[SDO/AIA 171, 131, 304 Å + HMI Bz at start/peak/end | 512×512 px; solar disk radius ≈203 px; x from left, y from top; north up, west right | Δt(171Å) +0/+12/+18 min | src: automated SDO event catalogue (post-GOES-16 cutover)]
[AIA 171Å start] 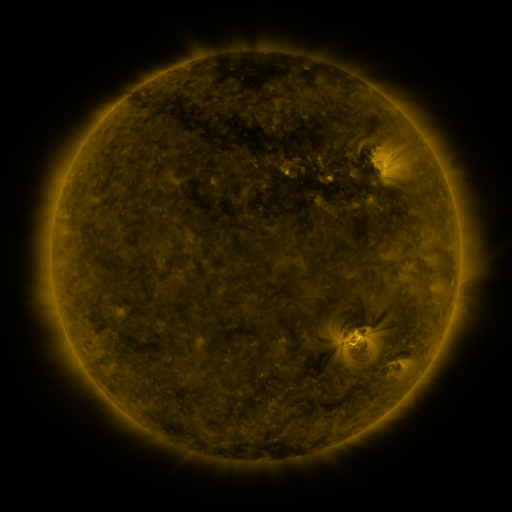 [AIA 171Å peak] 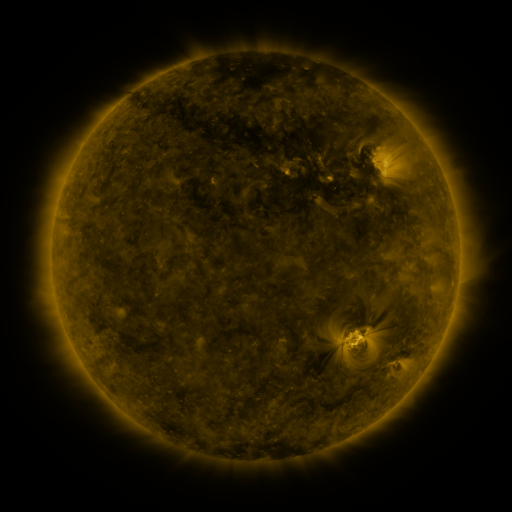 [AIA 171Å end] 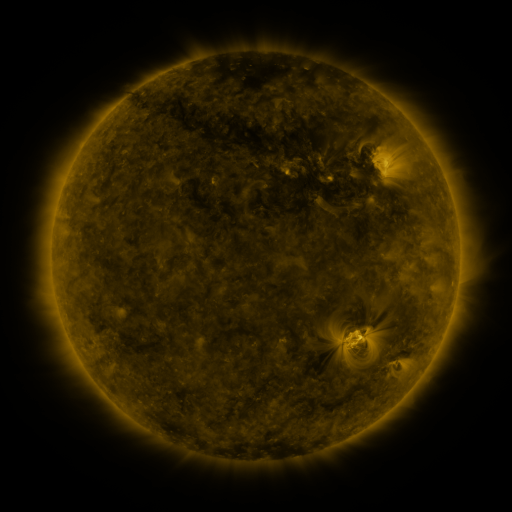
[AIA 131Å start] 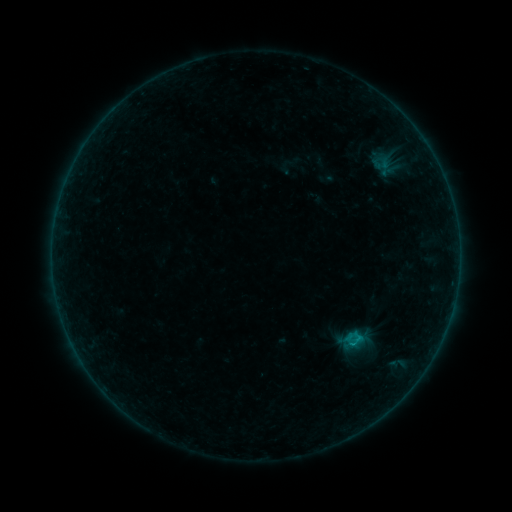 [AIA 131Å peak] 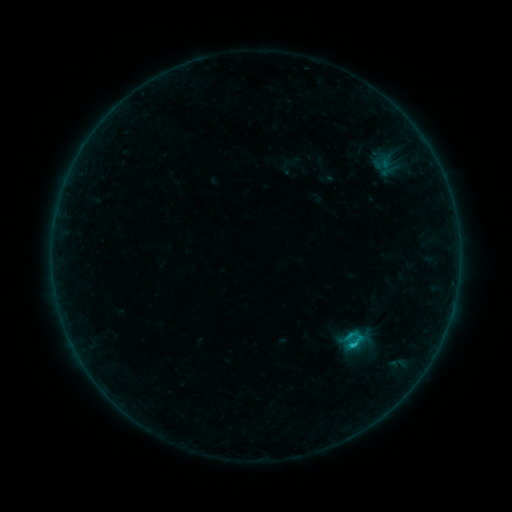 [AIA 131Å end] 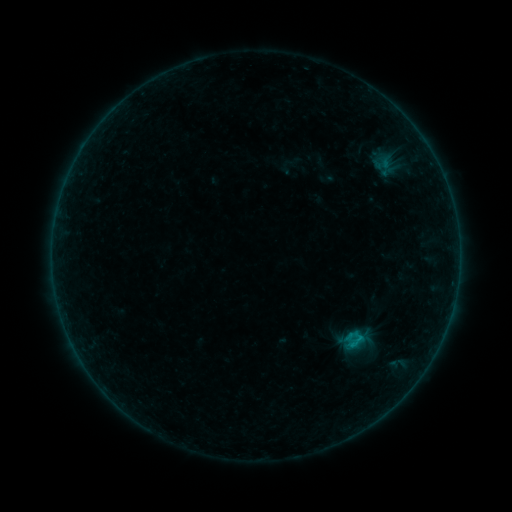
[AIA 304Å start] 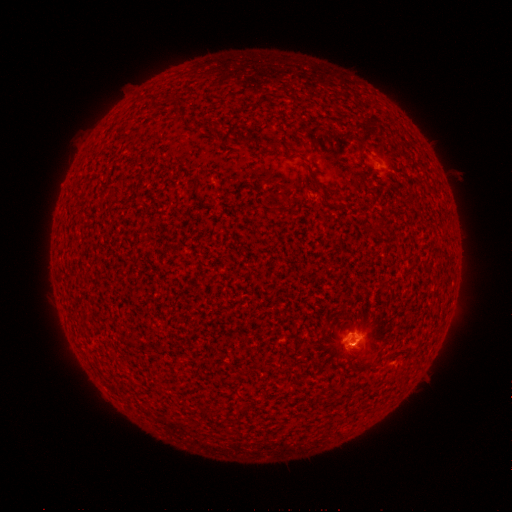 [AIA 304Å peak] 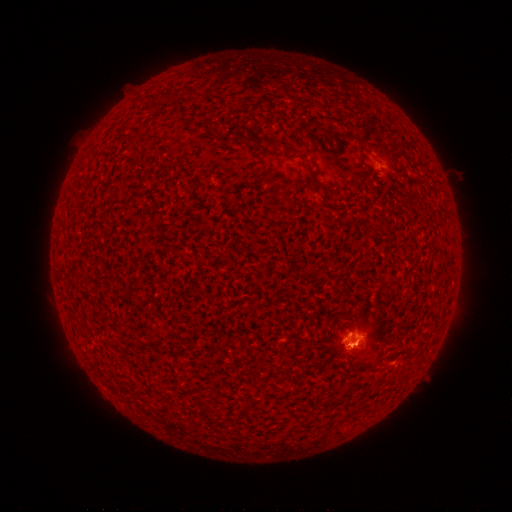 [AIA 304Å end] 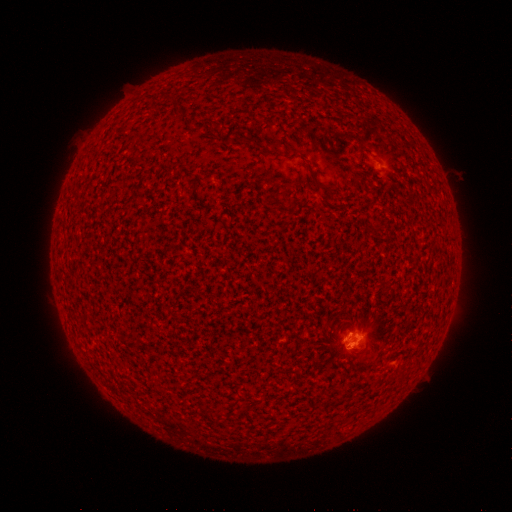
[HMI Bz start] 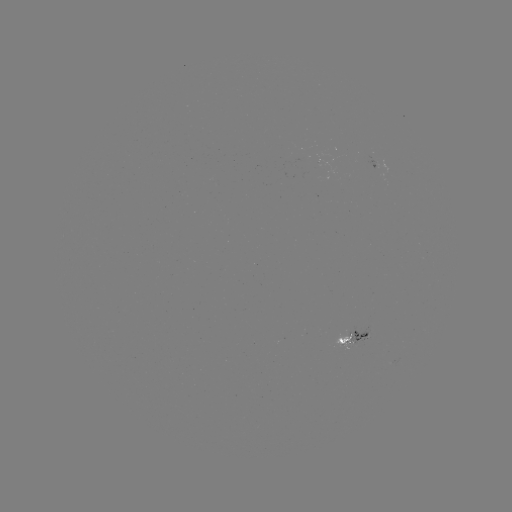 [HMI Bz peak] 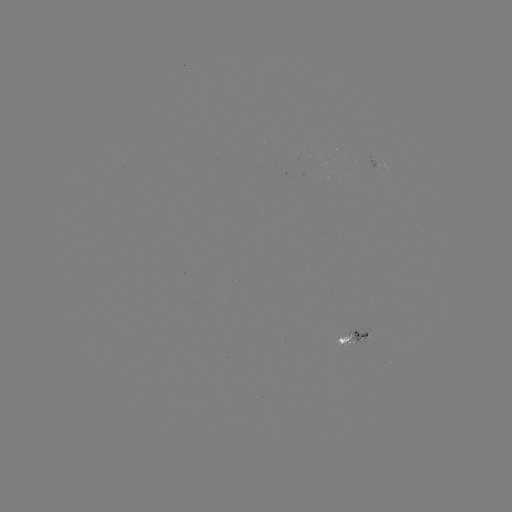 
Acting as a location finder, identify C1.1 flare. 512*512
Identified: (350, 345).